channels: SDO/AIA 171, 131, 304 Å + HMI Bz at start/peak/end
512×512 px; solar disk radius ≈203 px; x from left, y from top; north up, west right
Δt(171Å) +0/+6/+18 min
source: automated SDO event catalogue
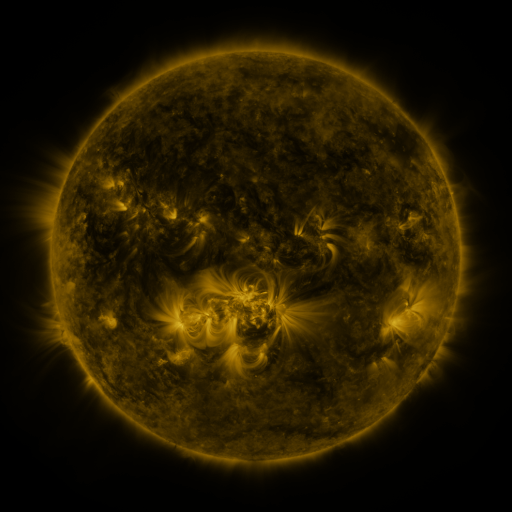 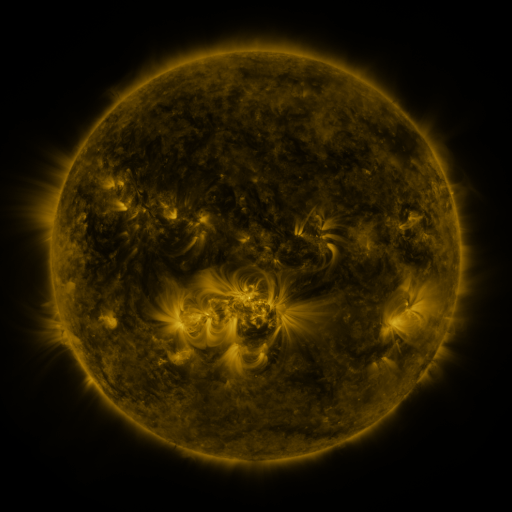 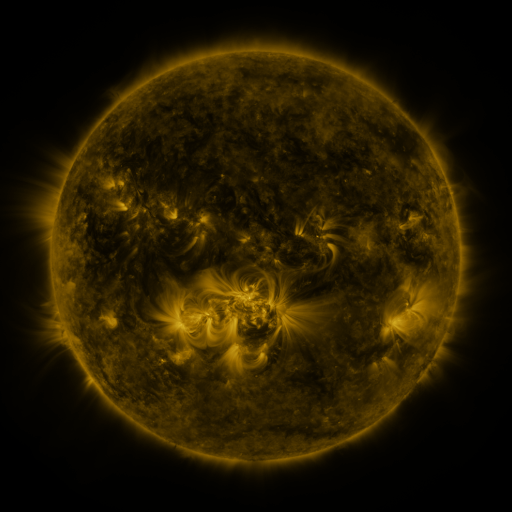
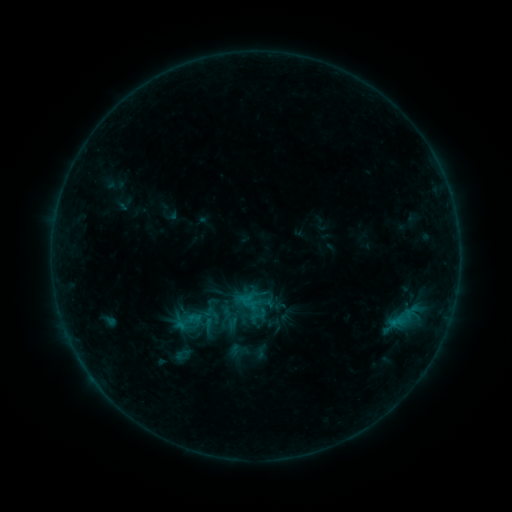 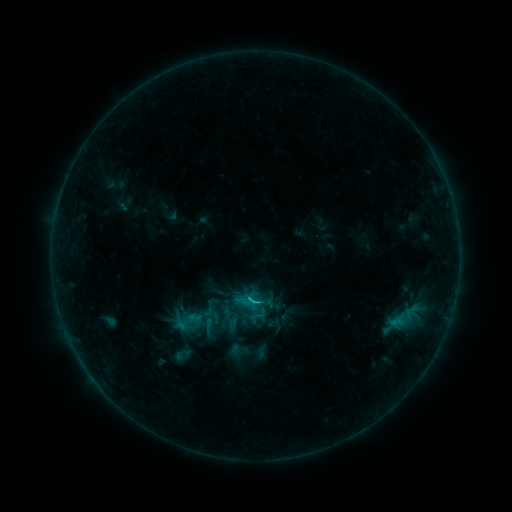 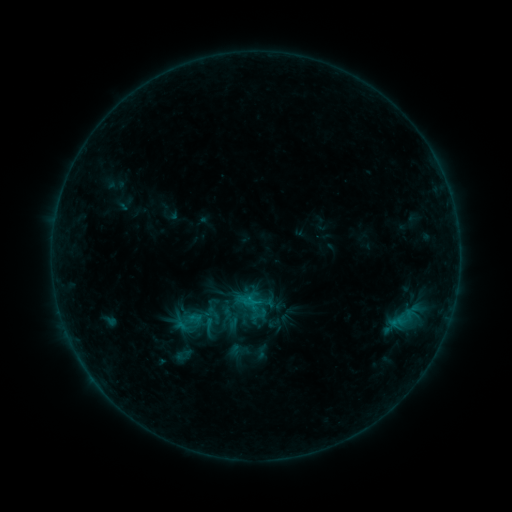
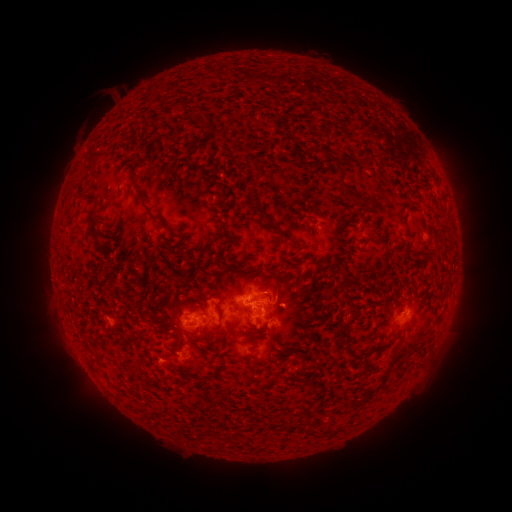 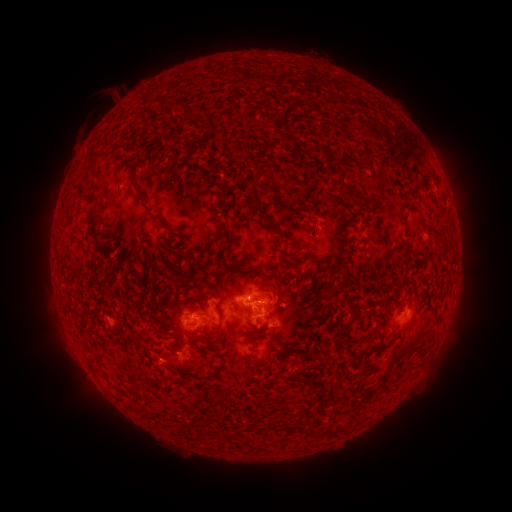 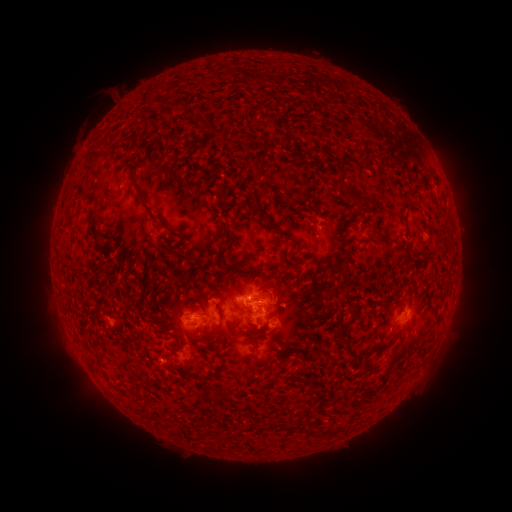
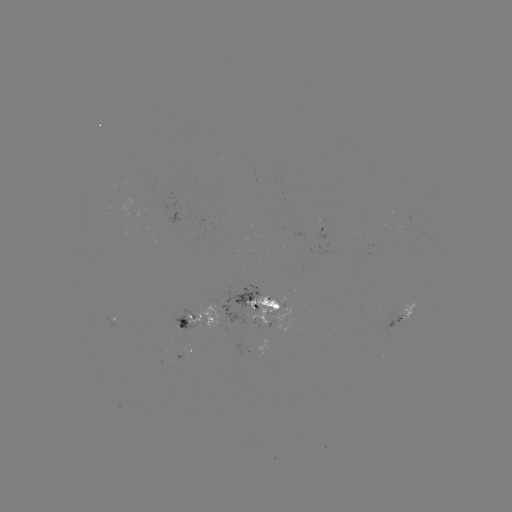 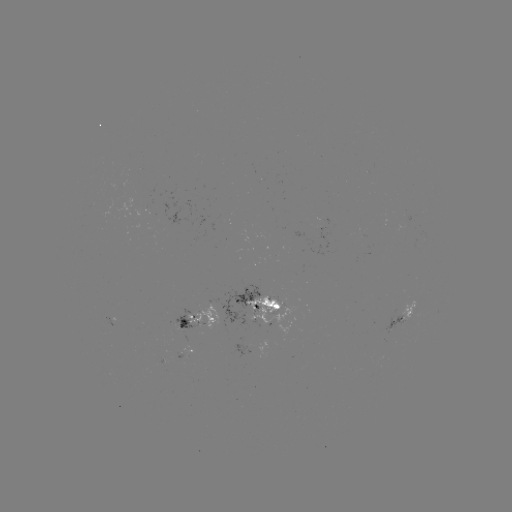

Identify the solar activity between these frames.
C1.0 flare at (252, 297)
